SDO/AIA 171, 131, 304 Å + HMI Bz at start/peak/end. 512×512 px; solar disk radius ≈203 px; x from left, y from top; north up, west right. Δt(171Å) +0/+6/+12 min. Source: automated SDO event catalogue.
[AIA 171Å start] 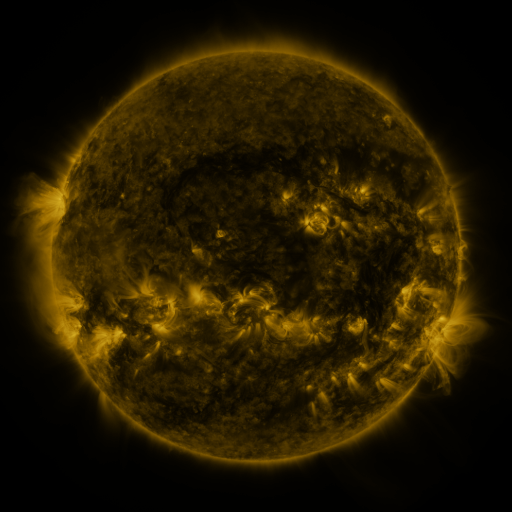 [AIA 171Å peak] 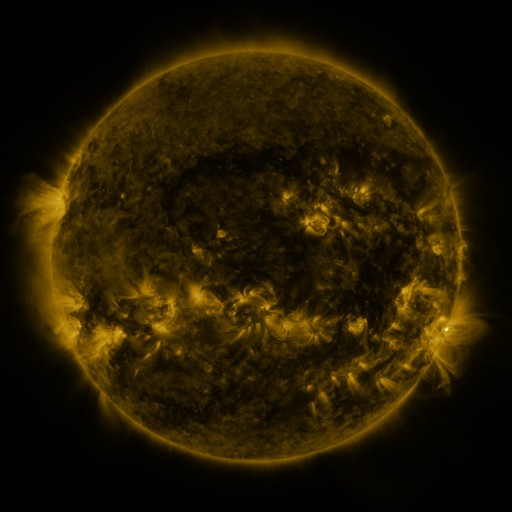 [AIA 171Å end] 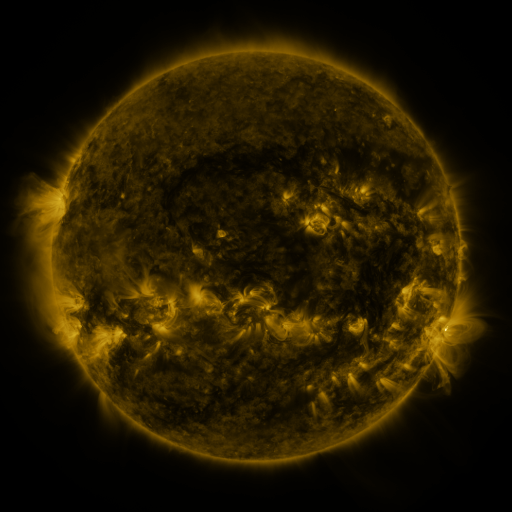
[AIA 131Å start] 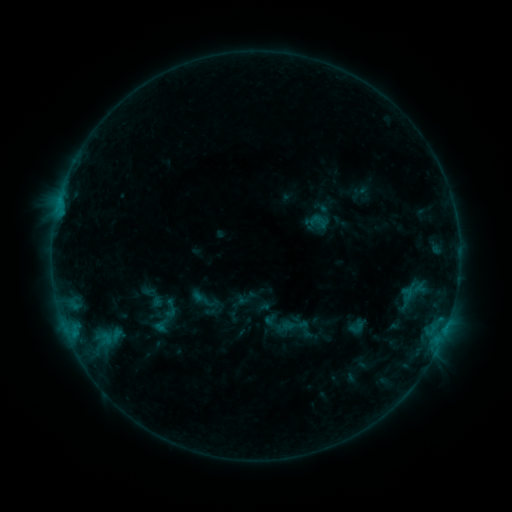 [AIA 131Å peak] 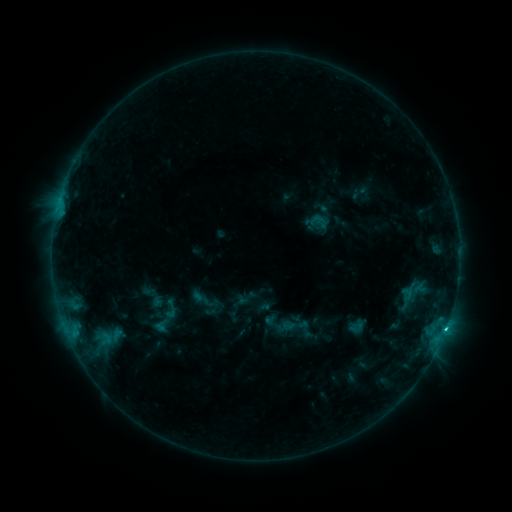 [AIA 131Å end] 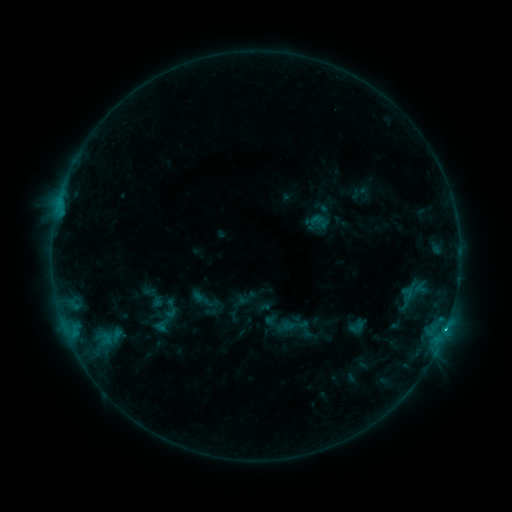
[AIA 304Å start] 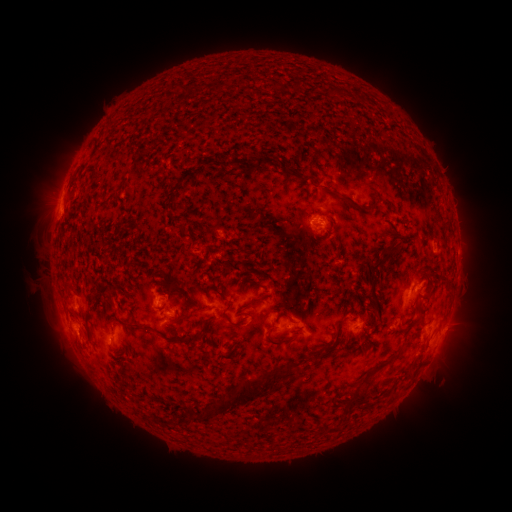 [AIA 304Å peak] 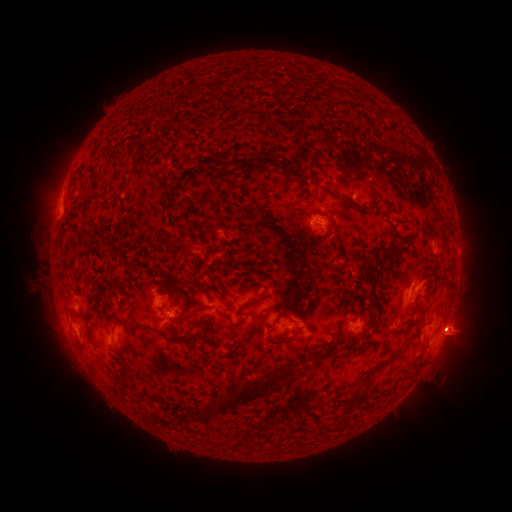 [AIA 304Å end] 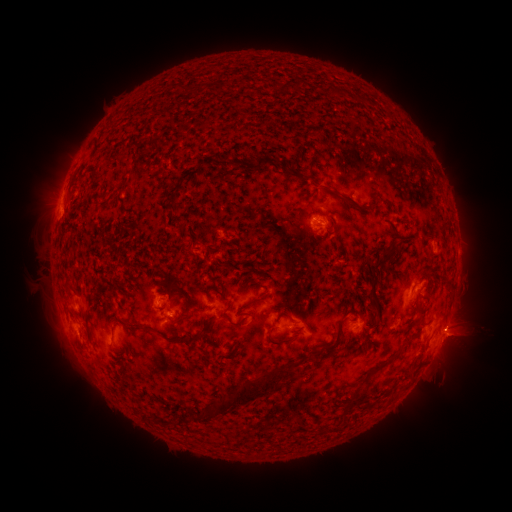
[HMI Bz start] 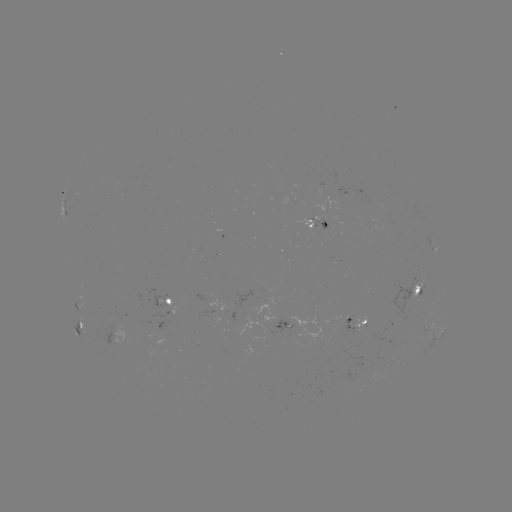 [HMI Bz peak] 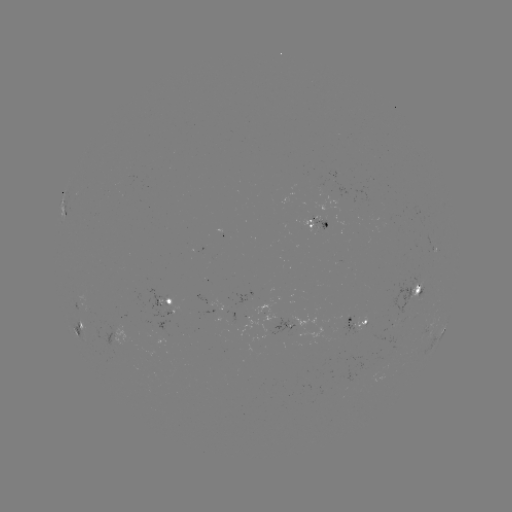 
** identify C2.2 flare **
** [446, 326] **